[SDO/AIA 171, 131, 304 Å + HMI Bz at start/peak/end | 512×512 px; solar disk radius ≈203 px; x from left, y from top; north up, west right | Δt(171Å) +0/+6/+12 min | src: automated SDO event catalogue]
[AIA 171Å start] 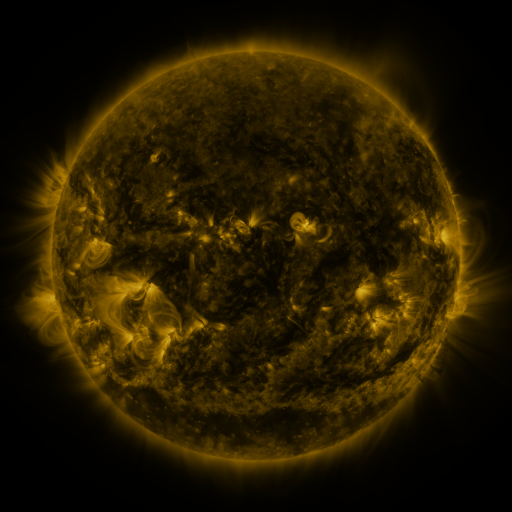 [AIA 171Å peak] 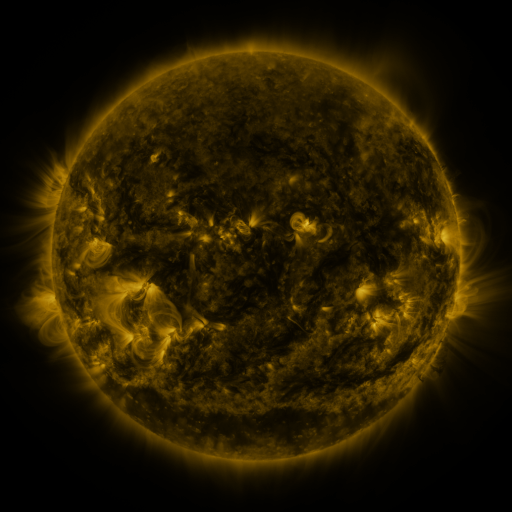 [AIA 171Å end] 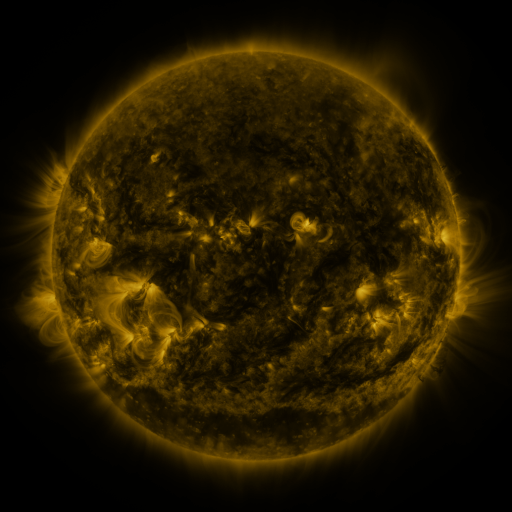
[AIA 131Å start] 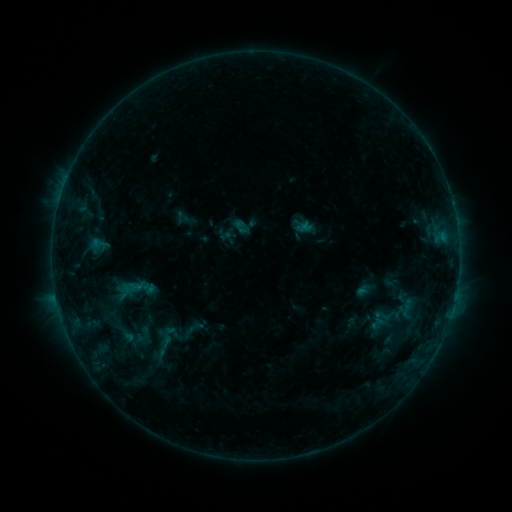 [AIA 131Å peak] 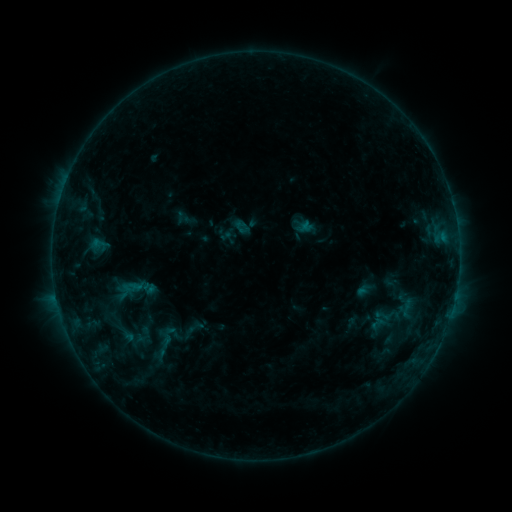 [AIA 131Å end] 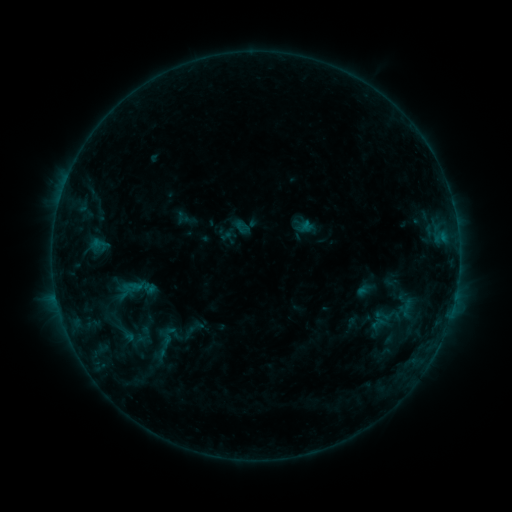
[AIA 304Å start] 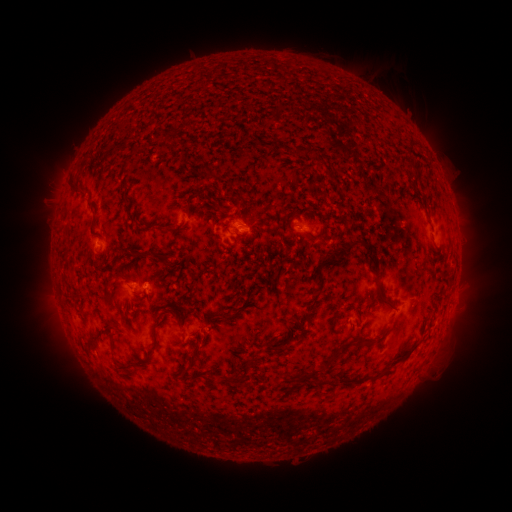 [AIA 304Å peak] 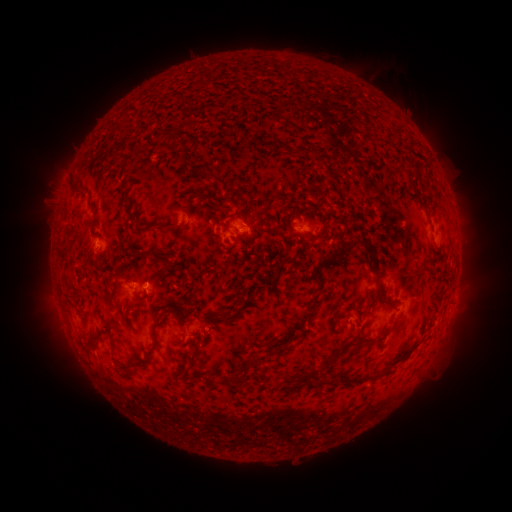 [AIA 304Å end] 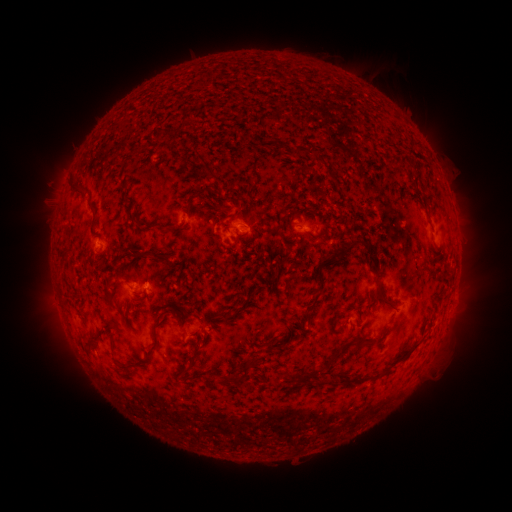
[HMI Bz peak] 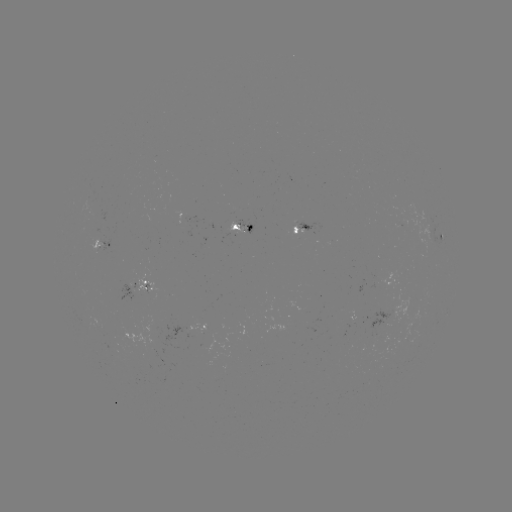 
no classed flare was catalogued and no EUV brightening was flagged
